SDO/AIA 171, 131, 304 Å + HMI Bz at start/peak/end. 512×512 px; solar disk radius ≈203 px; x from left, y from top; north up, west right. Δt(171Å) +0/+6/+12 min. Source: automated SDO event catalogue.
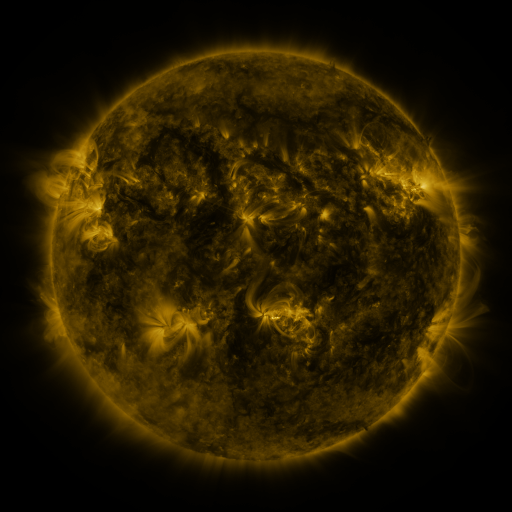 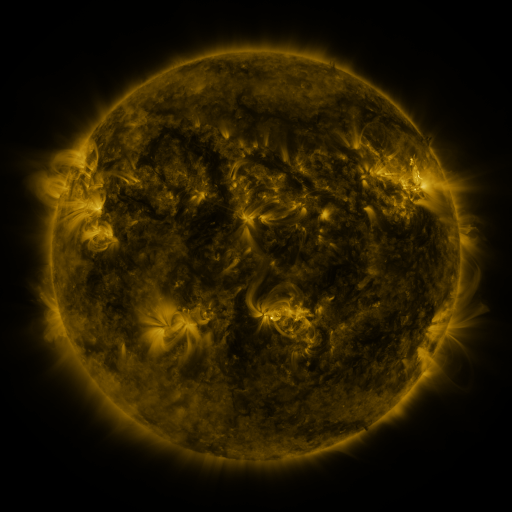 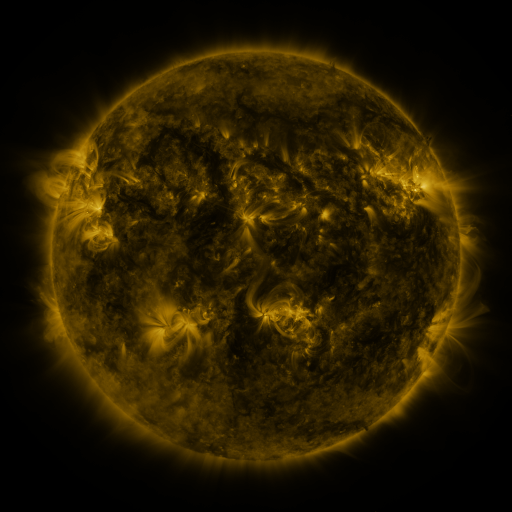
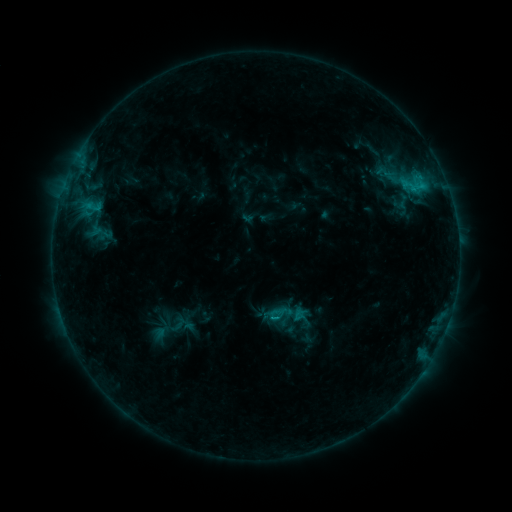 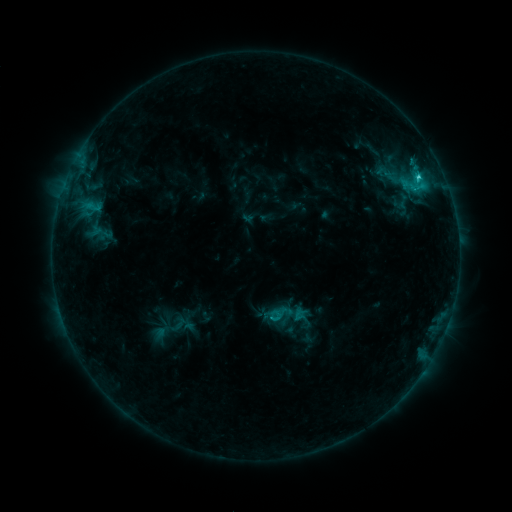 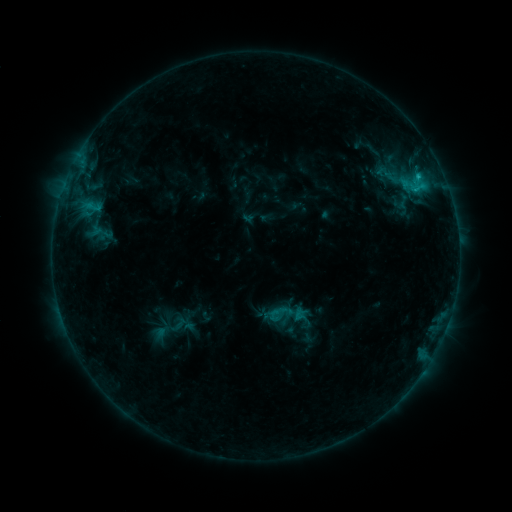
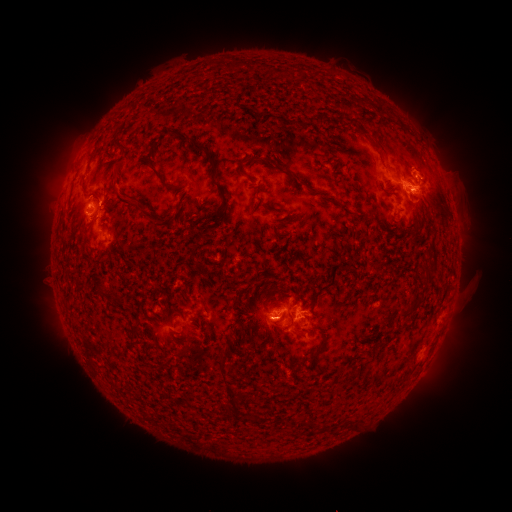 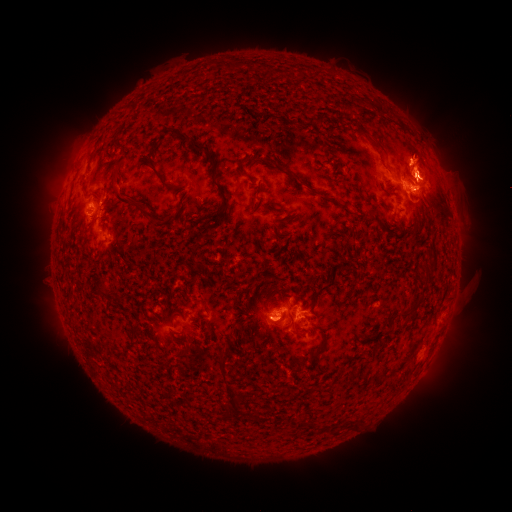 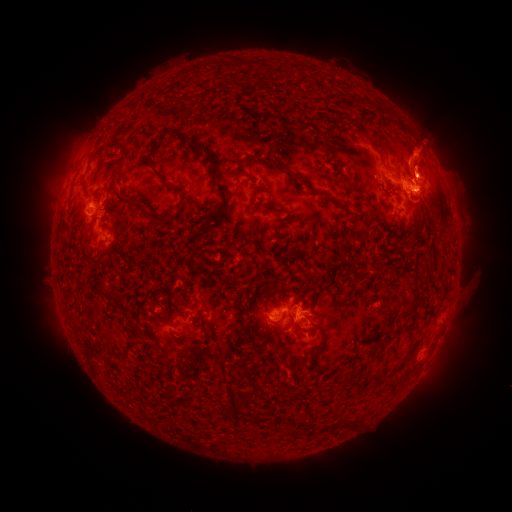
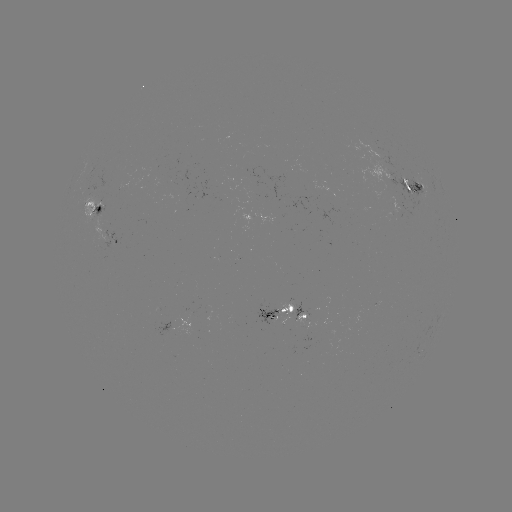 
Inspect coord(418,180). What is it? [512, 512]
C1.9 flare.